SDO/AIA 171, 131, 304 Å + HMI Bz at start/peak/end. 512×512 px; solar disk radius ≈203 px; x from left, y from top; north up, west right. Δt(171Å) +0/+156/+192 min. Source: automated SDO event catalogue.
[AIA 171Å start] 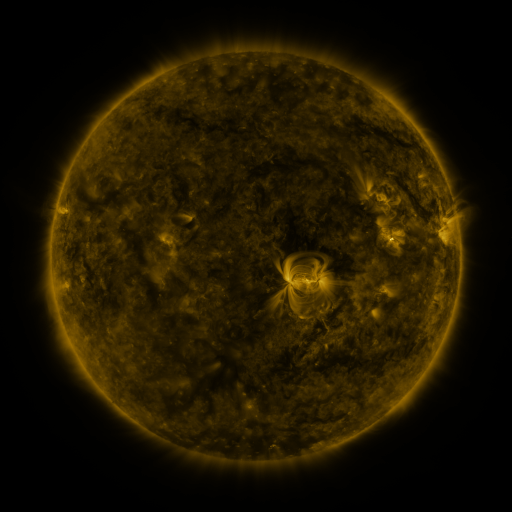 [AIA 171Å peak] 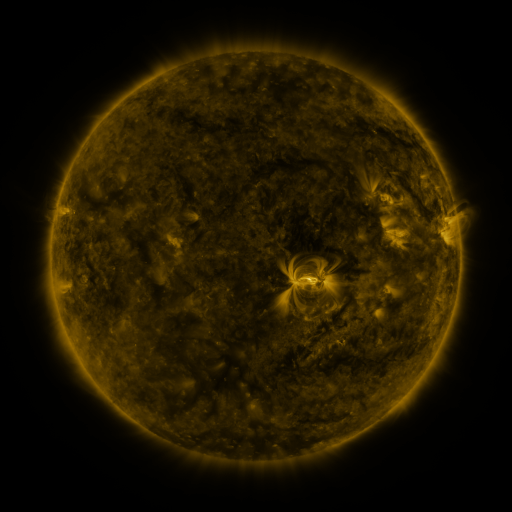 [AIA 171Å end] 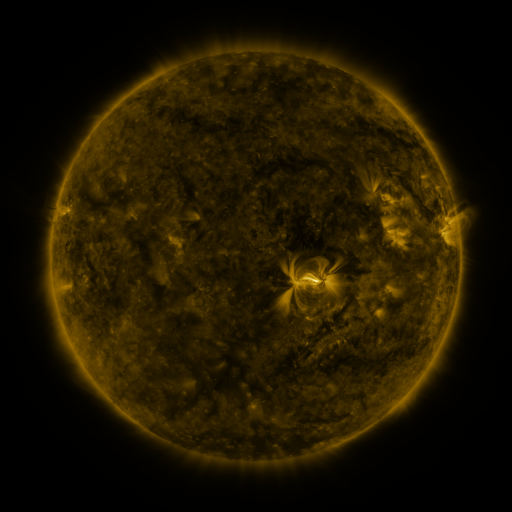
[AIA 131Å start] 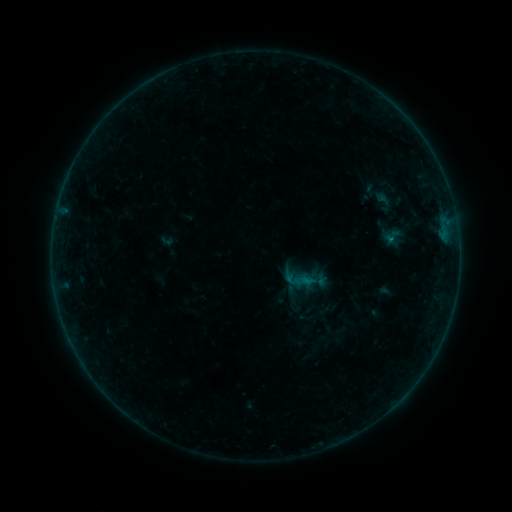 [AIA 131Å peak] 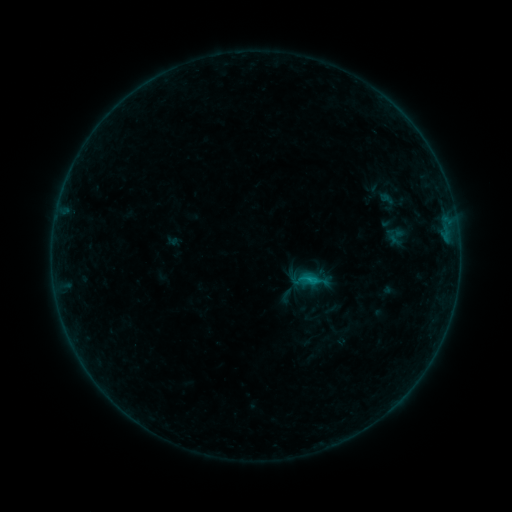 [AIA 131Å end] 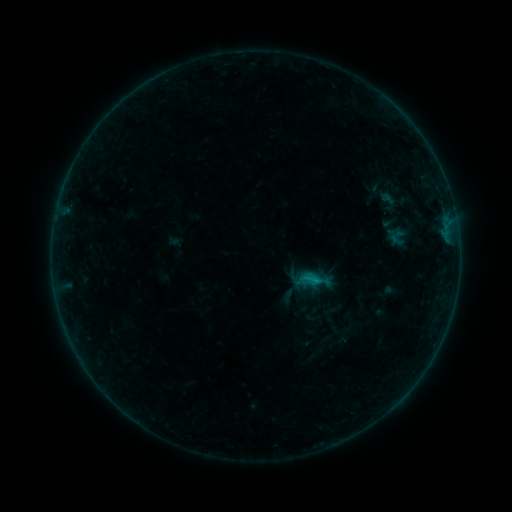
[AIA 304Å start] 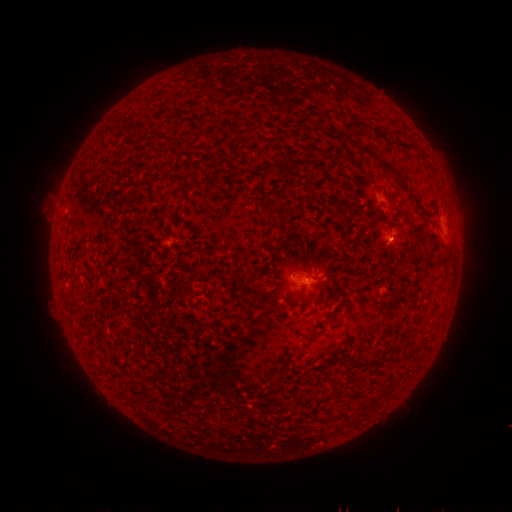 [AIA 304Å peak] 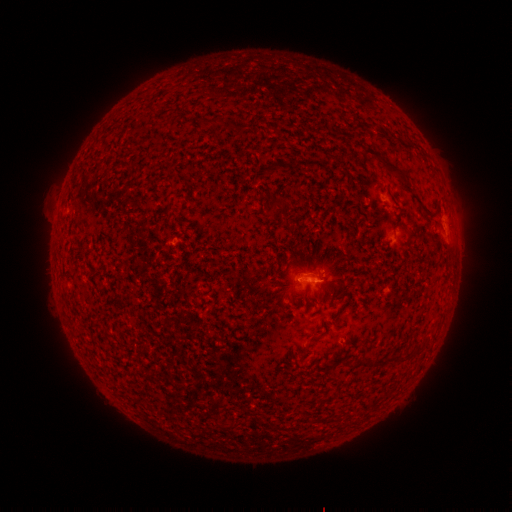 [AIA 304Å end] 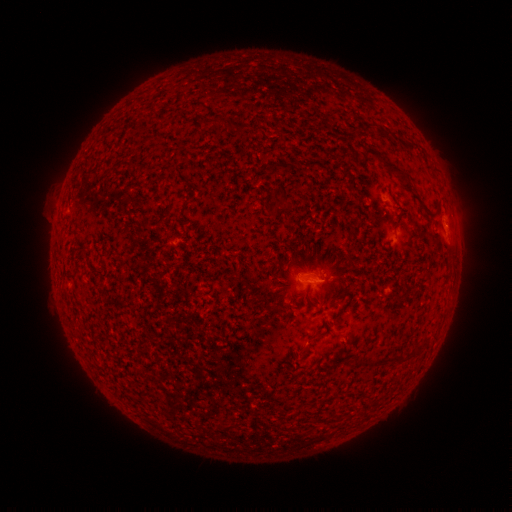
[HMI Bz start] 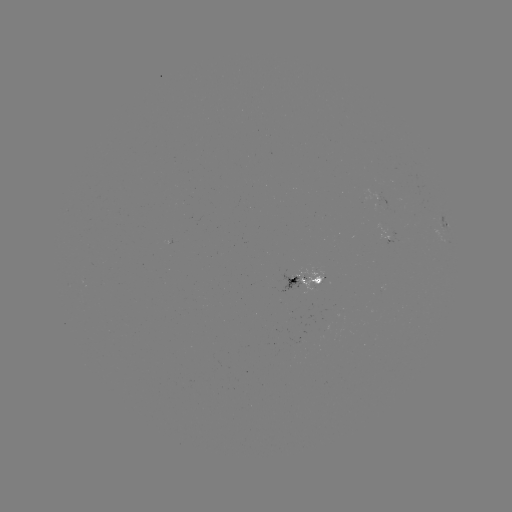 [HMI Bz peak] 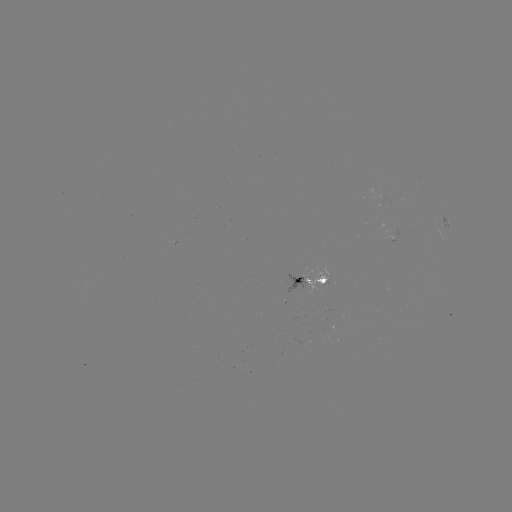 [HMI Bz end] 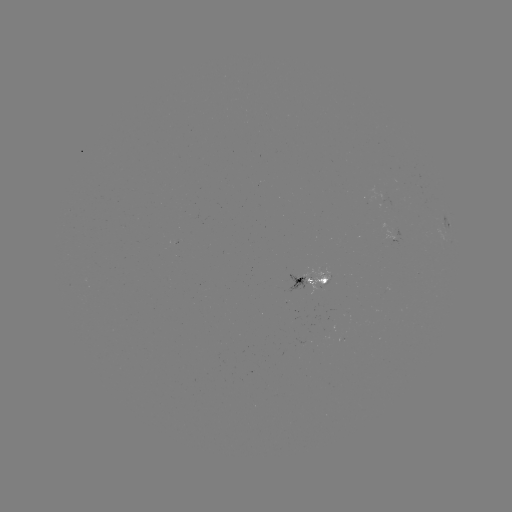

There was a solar emerging-flux region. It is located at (318, 284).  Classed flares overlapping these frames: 2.